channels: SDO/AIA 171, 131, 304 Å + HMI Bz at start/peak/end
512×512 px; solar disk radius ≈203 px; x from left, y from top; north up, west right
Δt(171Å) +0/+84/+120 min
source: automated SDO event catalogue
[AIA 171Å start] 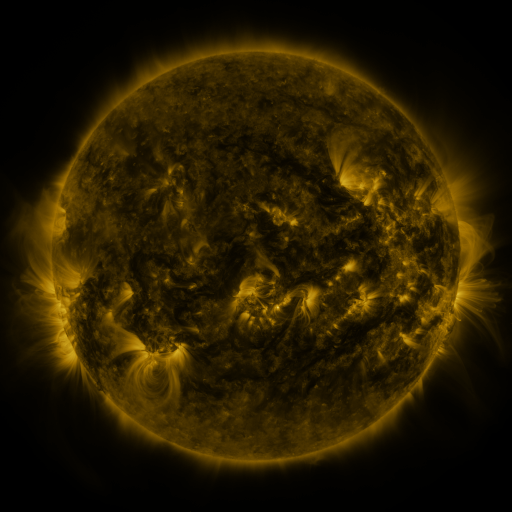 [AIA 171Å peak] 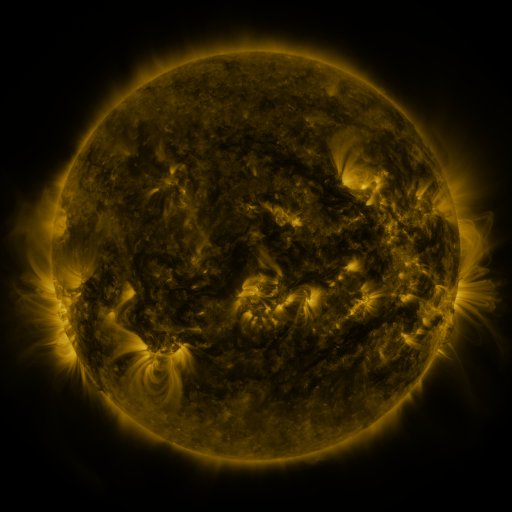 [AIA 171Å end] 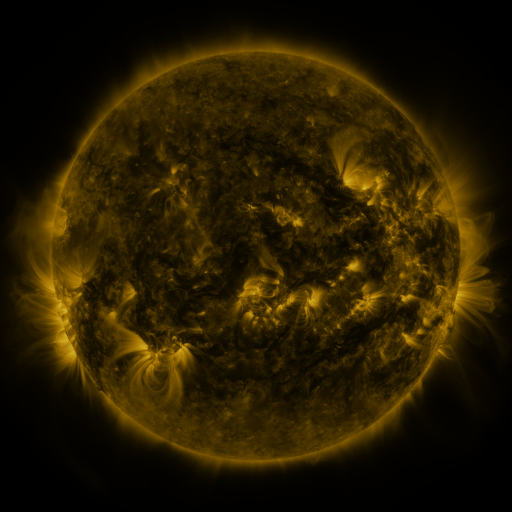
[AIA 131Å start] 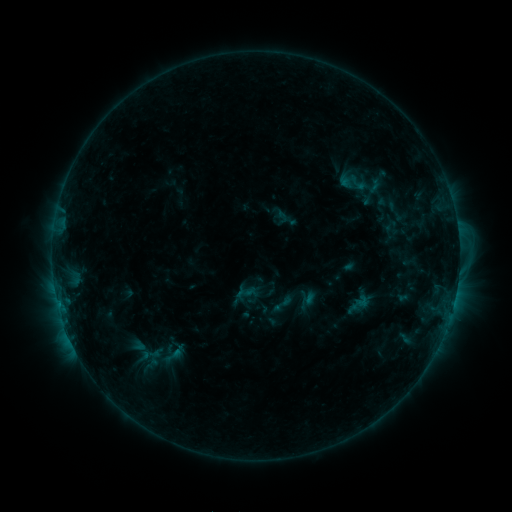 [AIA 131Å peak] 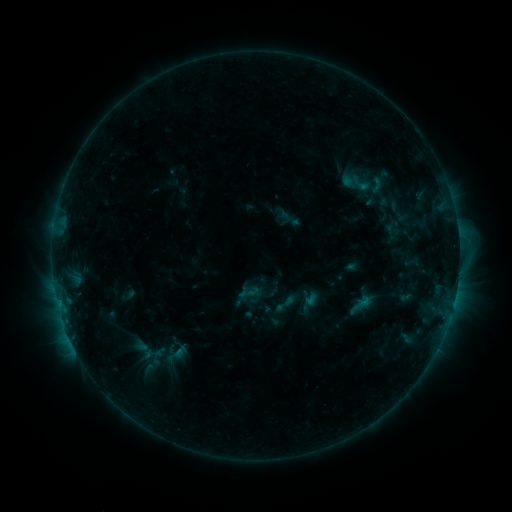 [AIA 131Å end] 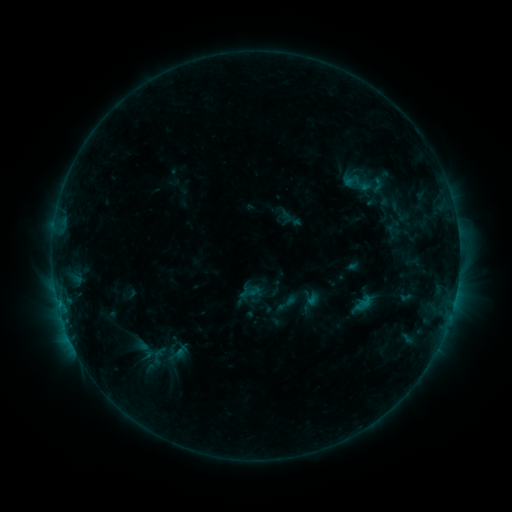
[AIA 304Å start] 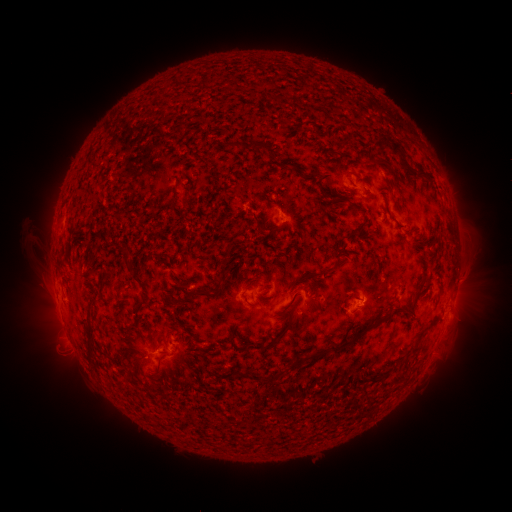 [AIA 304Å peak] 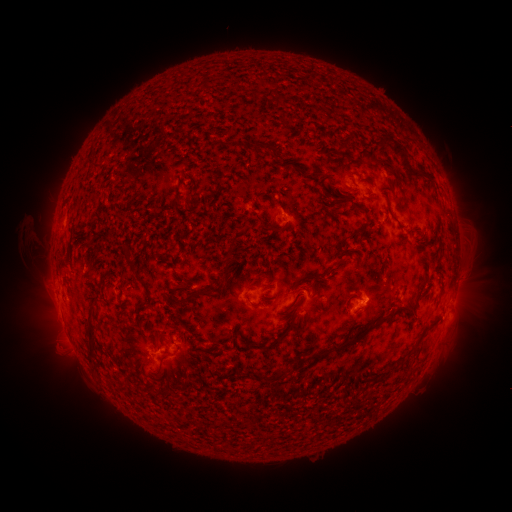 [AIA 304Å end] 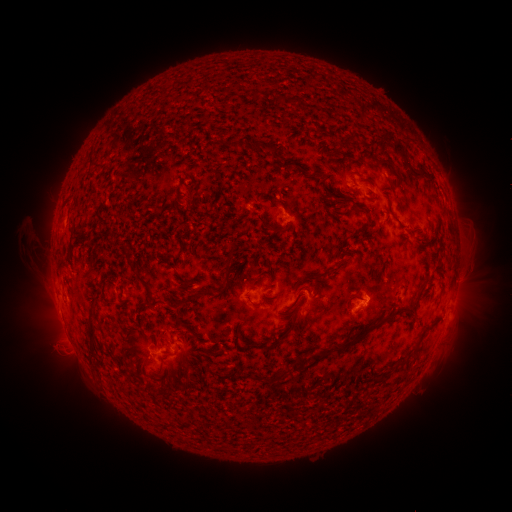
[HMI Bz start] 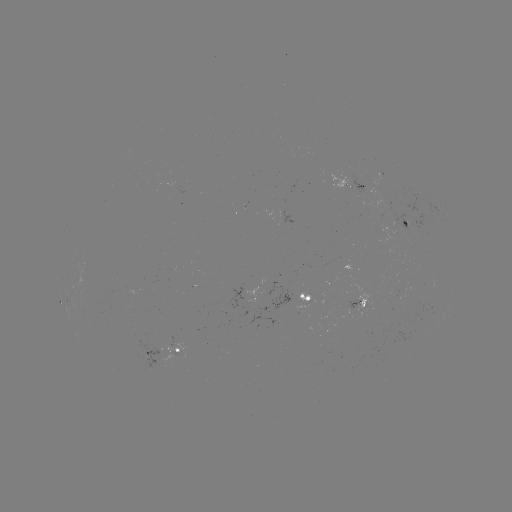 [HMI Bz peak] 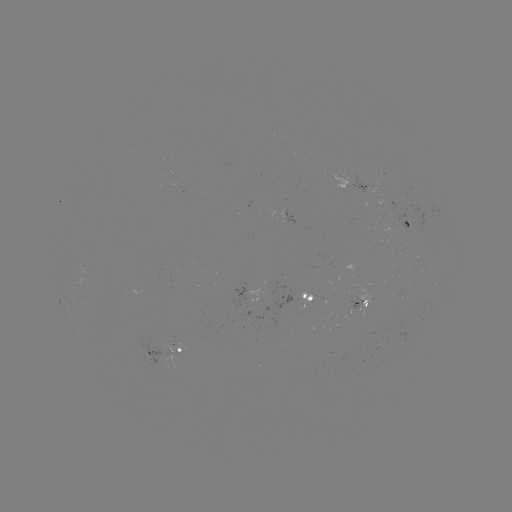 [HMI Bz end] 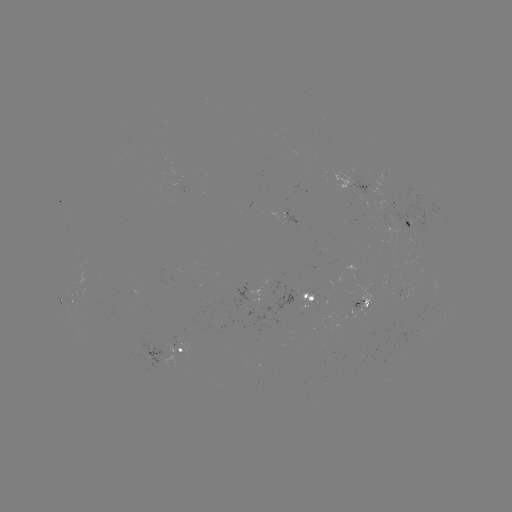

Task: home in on emerging-flux region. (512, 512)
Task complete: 88,305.